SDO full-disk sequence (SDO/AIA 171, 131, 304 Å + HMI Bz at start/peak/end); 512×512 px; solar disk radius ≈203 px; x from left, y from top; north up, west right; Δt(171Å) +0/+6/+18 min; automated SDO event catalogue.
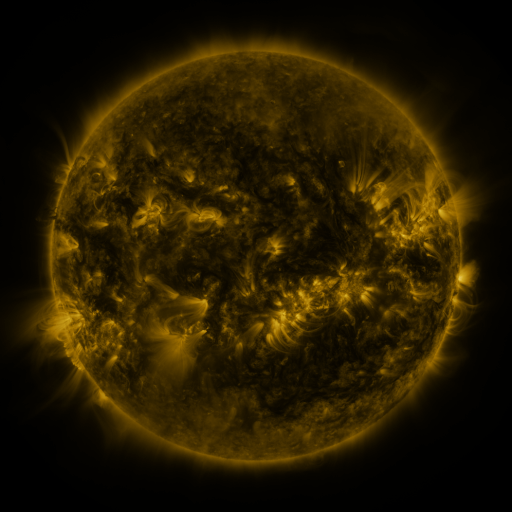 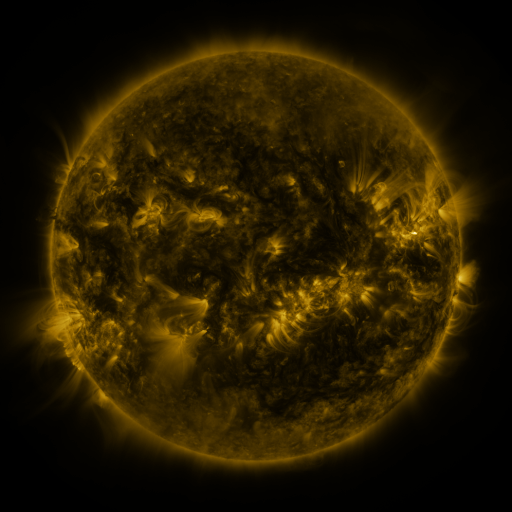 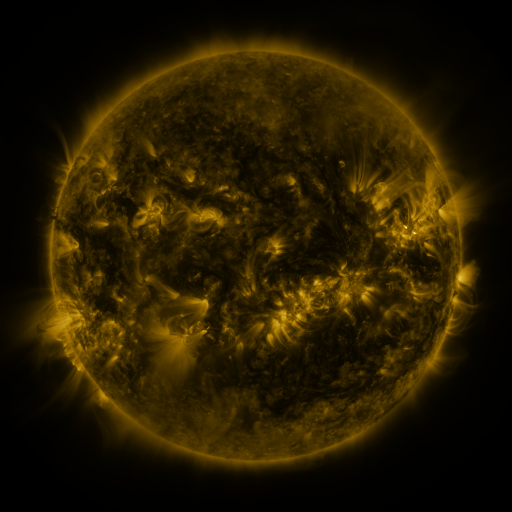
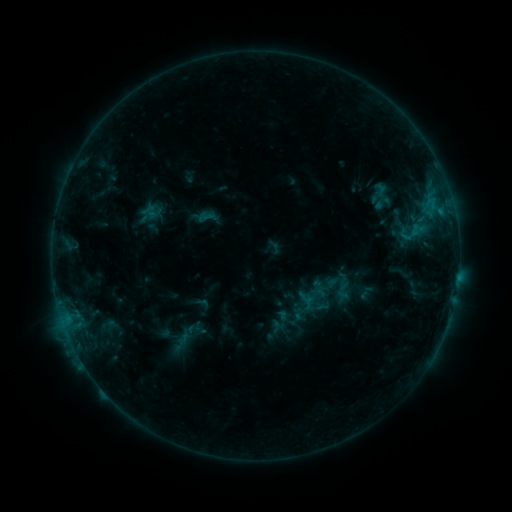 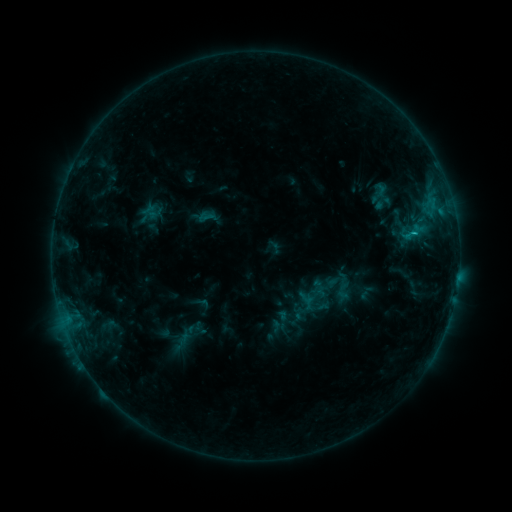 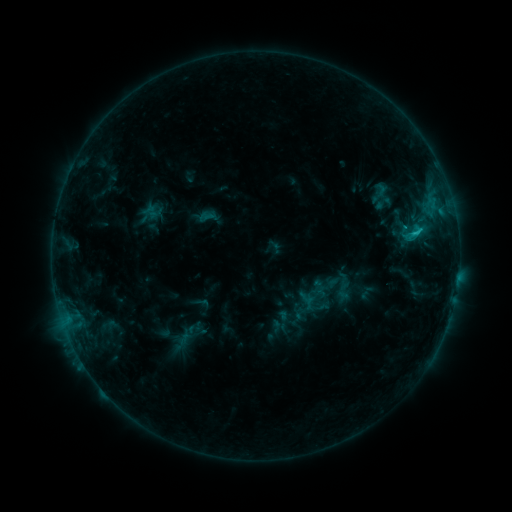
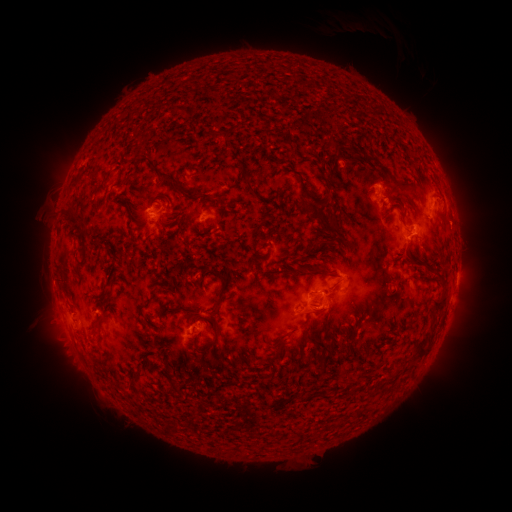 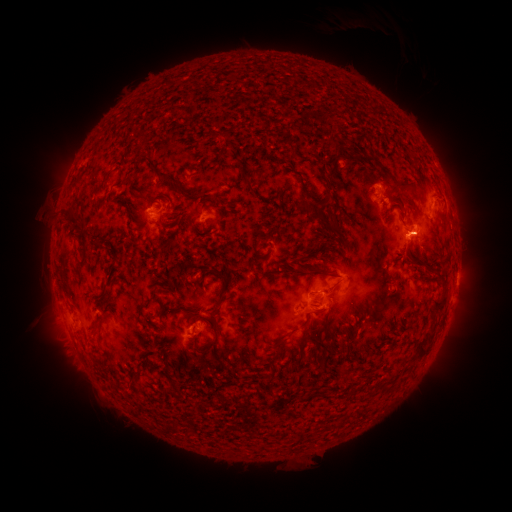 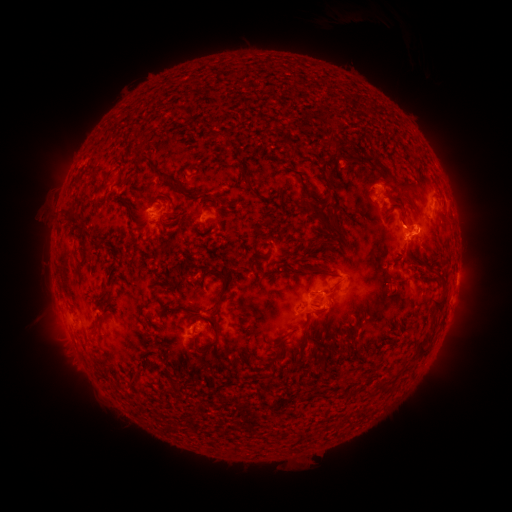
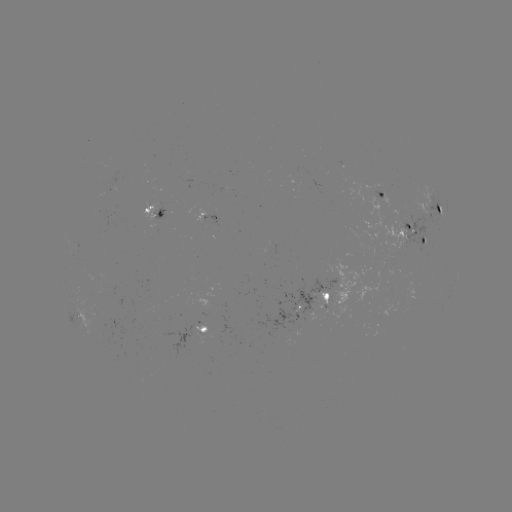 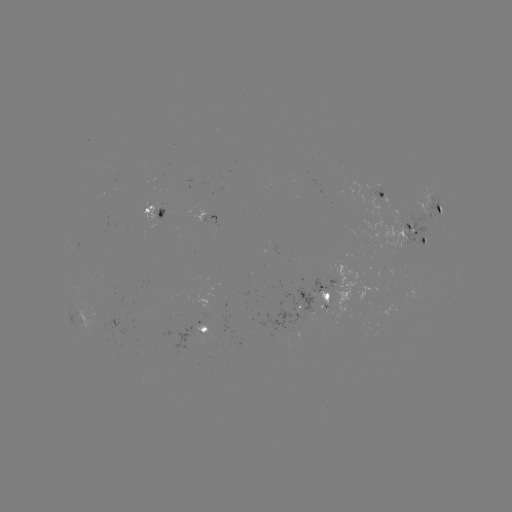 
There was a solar flare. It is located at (413, 236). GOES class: C1.8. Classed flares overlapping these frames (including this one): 1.